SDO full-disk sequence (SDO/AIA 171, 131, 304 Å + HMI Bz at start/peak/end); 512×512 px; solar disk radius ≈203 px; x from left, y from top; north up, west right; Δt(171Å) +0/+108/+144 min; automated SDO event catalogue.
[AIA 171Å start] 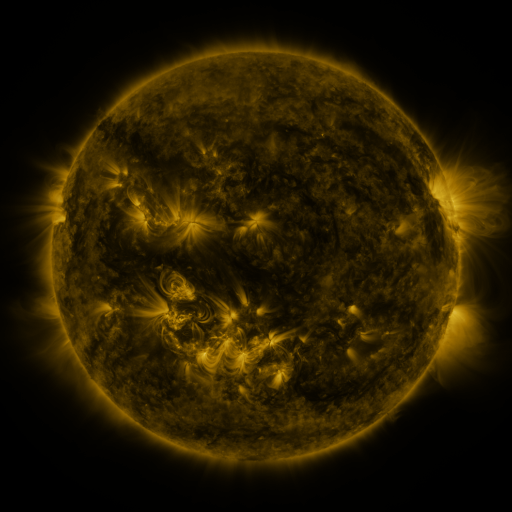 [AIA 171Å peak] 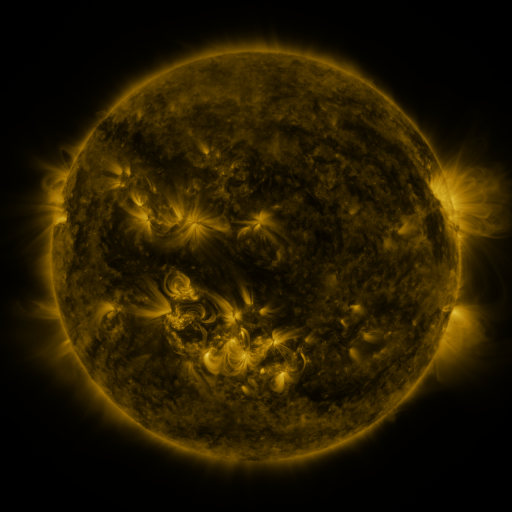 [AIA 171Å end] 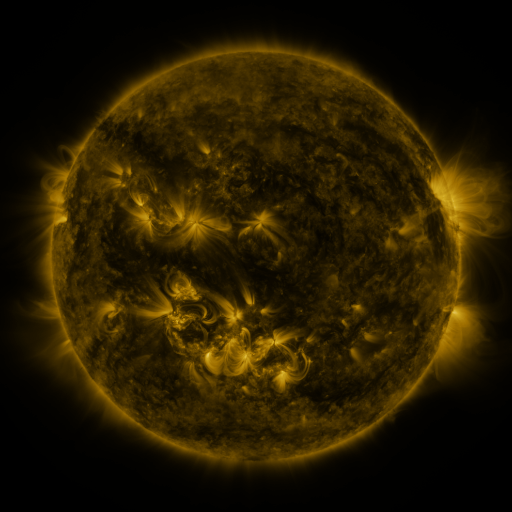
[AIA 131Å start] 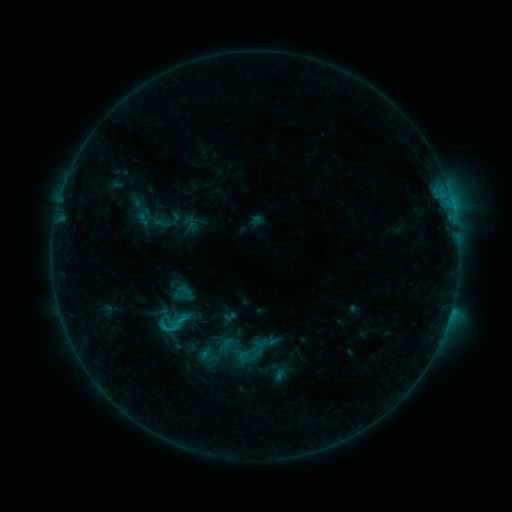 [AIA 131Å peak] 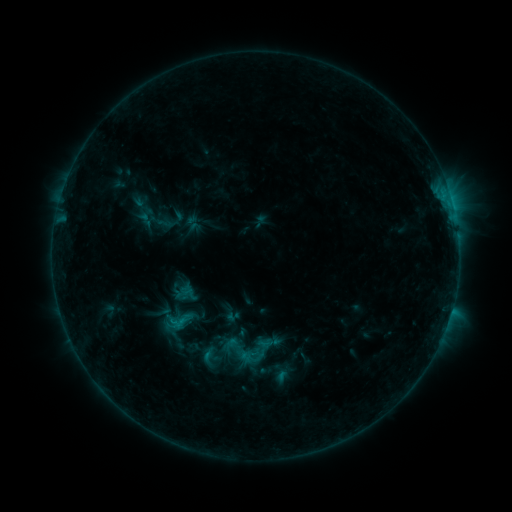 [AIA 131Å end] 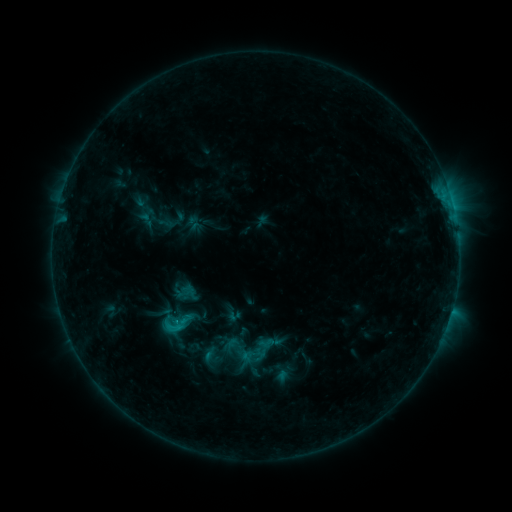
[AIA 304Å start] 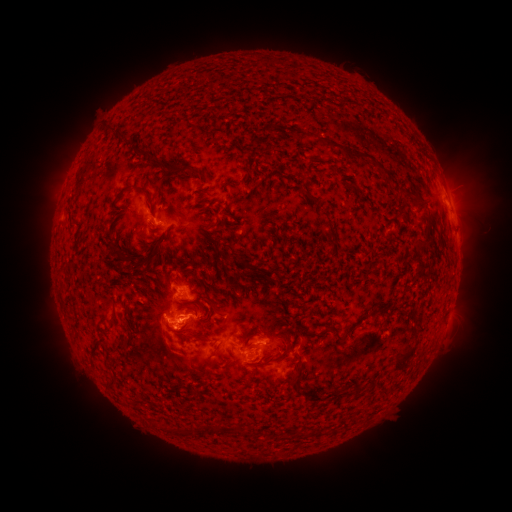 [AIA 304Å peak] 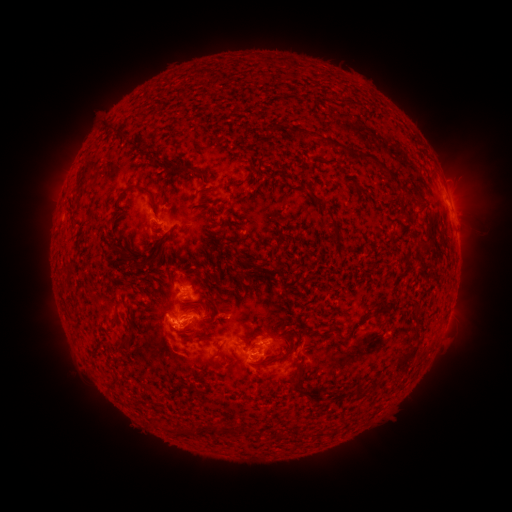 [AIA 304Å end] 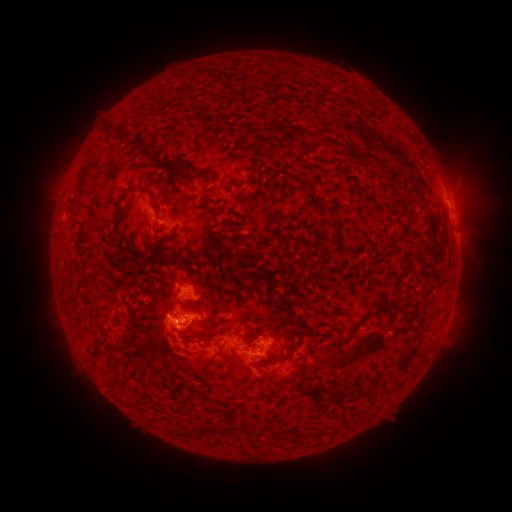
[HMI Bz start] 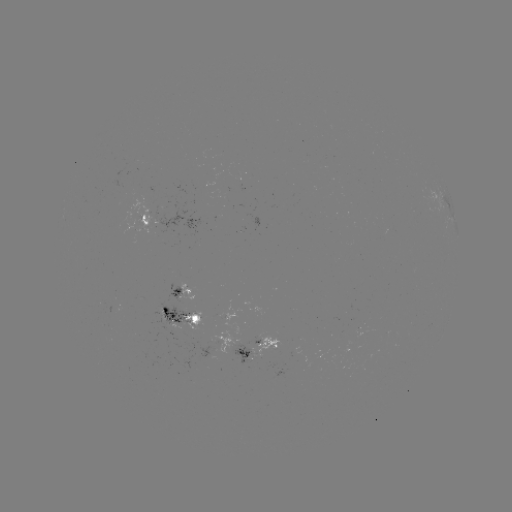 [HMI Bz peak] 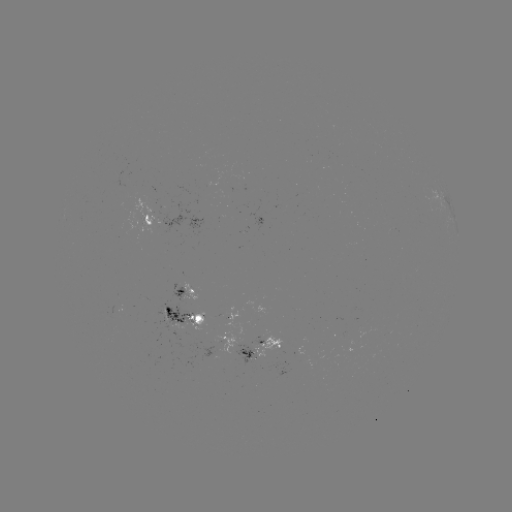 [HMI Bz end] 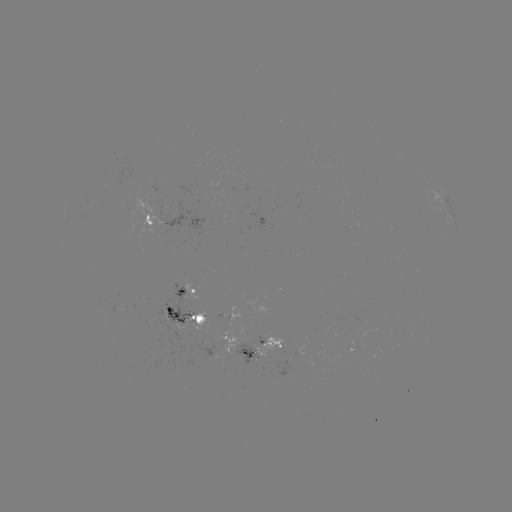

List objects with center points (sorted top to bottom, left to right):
emerging-flux region: (196, 195)
